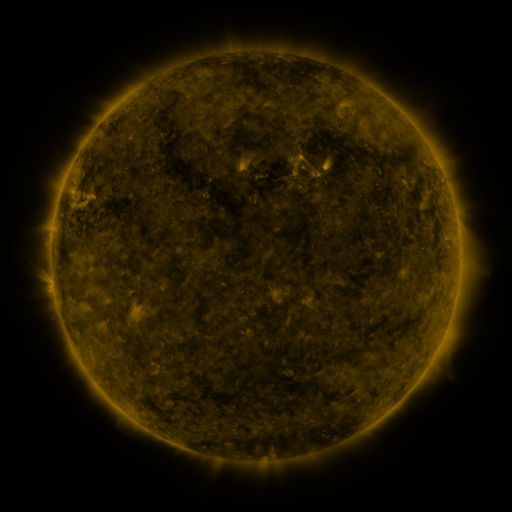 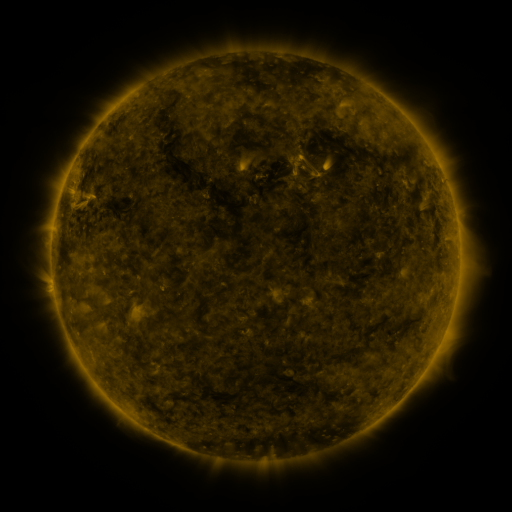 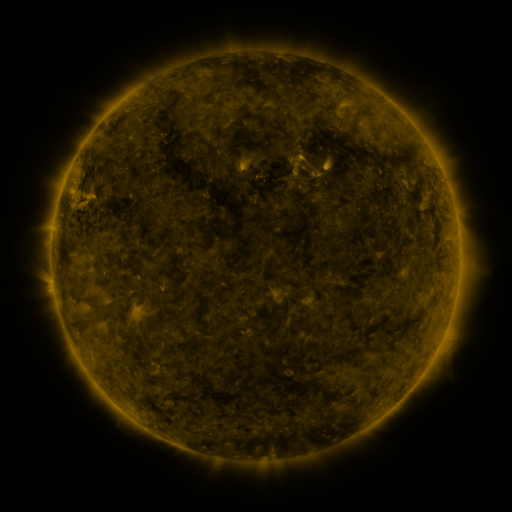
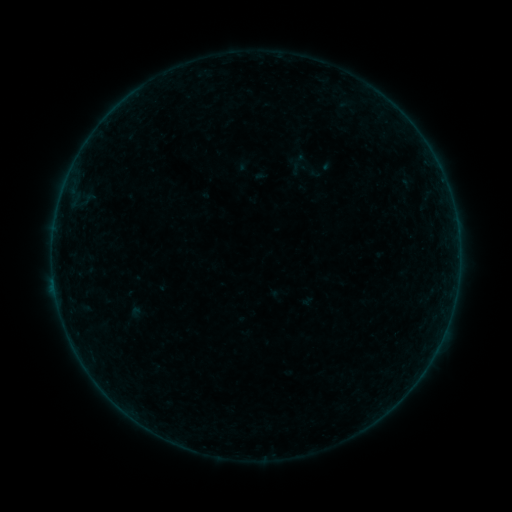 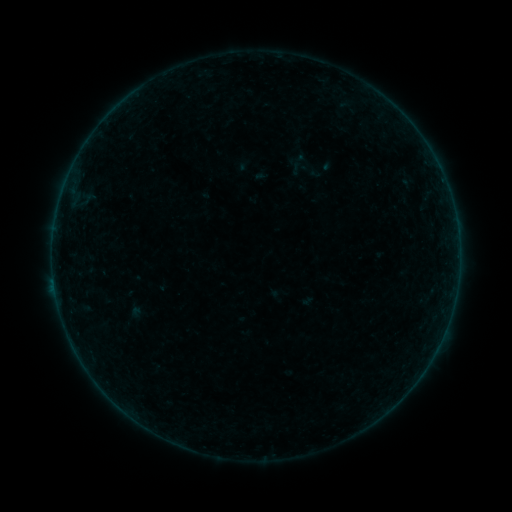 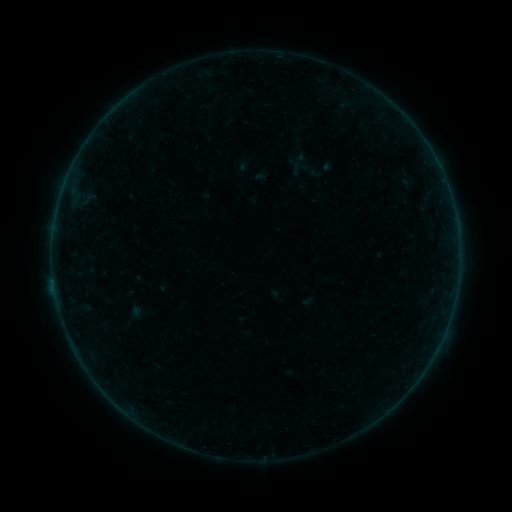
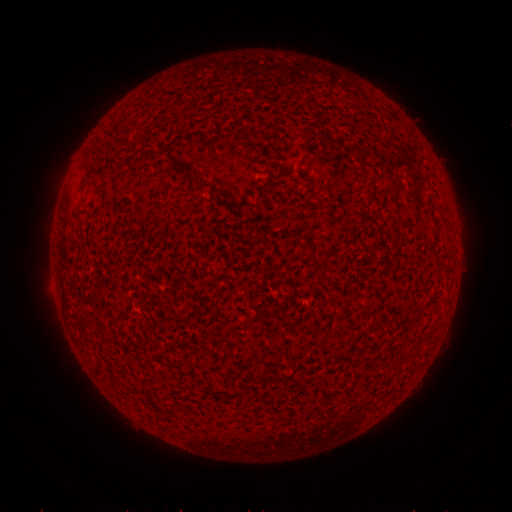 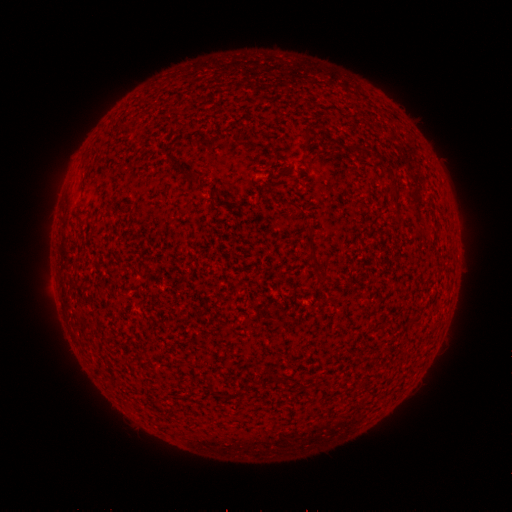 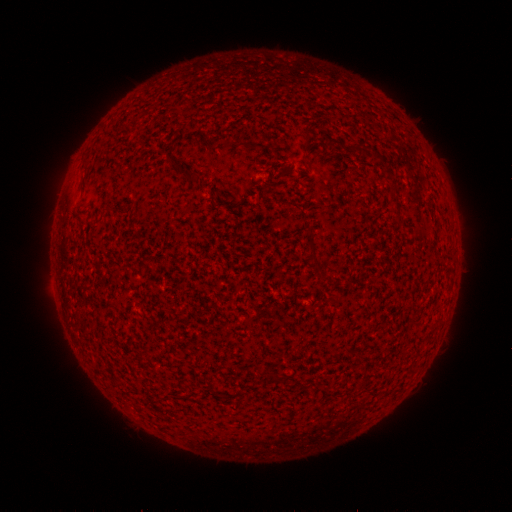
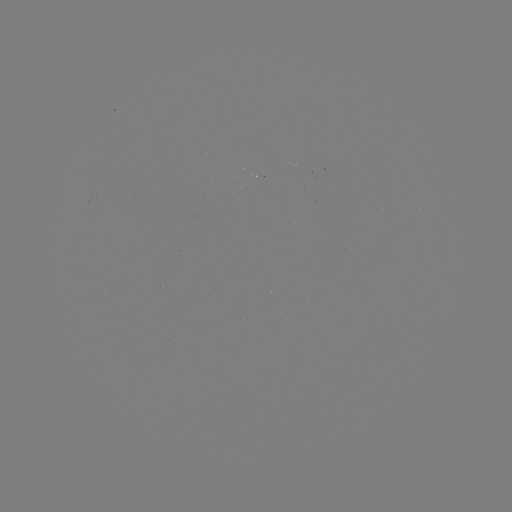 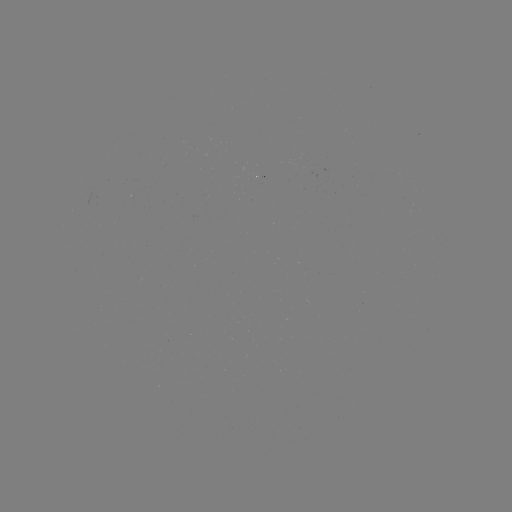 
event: flare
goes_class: B2.4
